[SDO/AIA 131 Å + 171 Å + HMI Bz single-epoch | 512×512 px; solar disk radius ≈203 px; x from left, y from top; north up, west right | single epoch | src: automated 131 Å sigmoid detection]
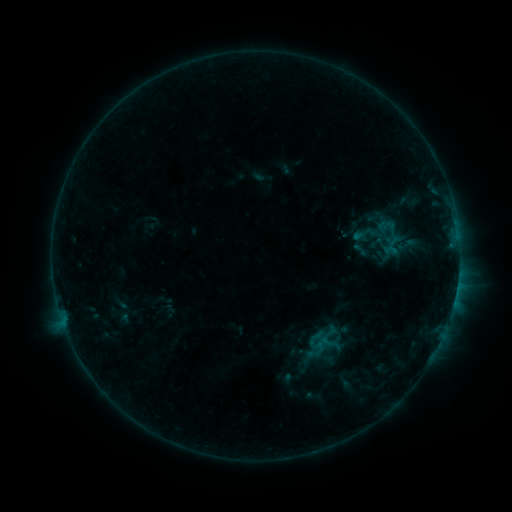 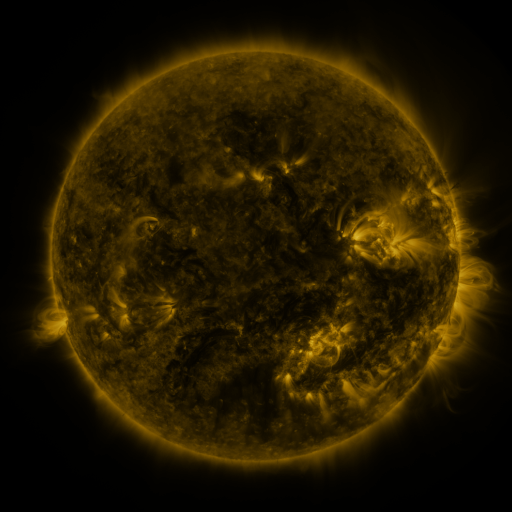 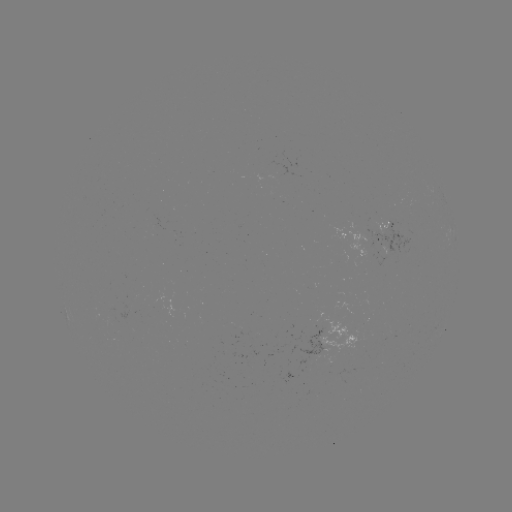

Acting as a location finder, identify sigmoid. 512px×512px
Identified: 360,250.